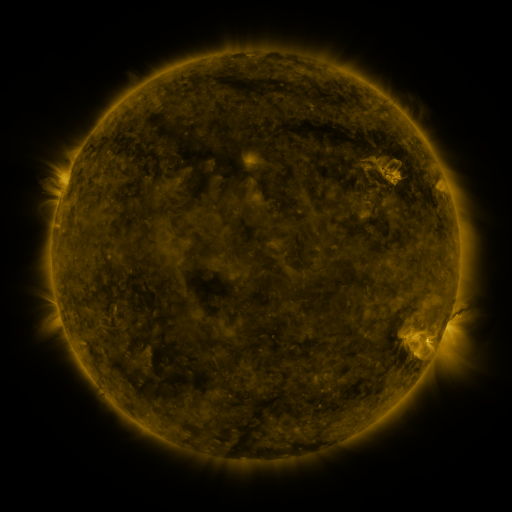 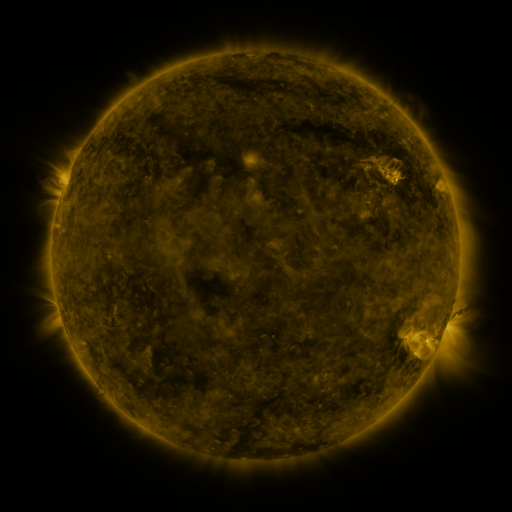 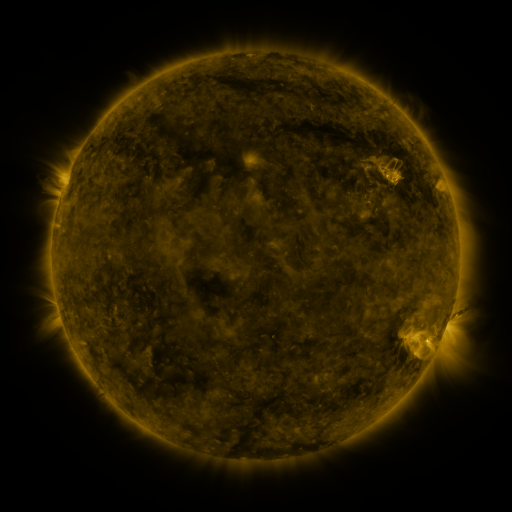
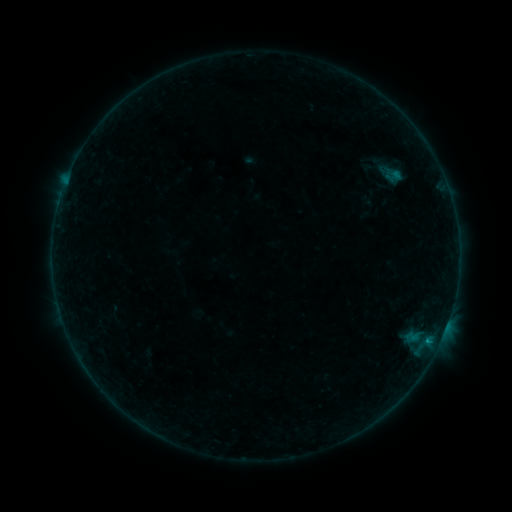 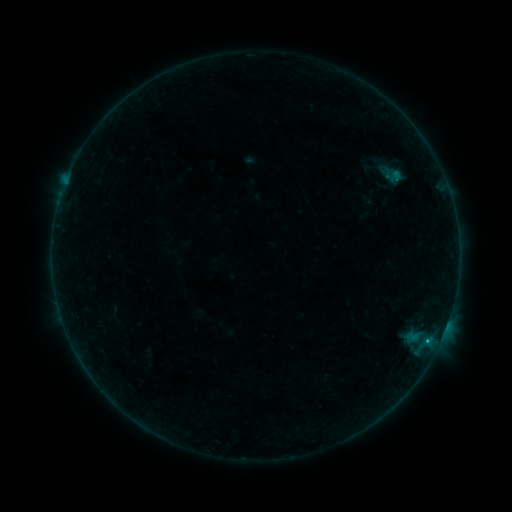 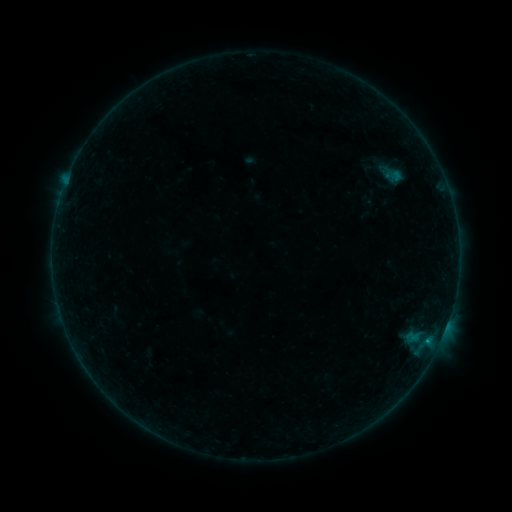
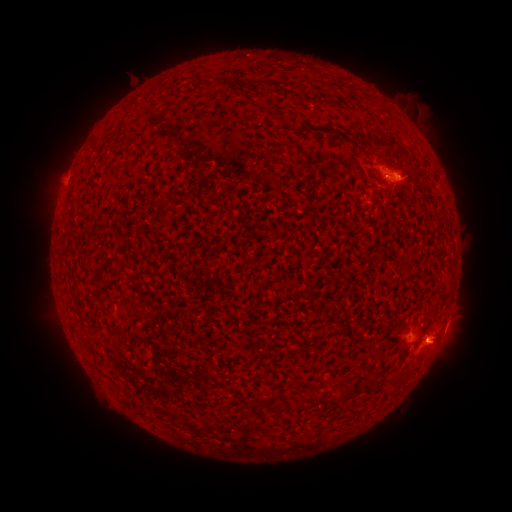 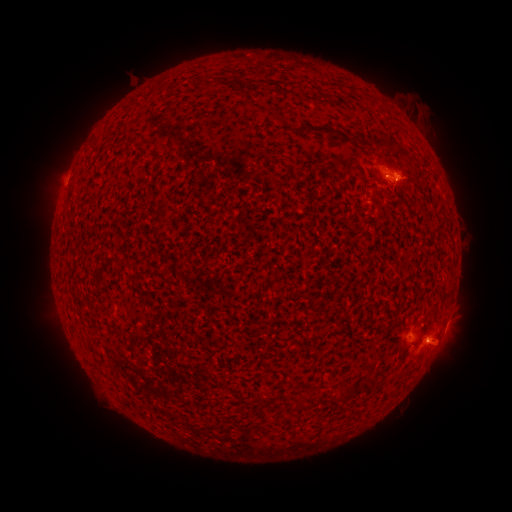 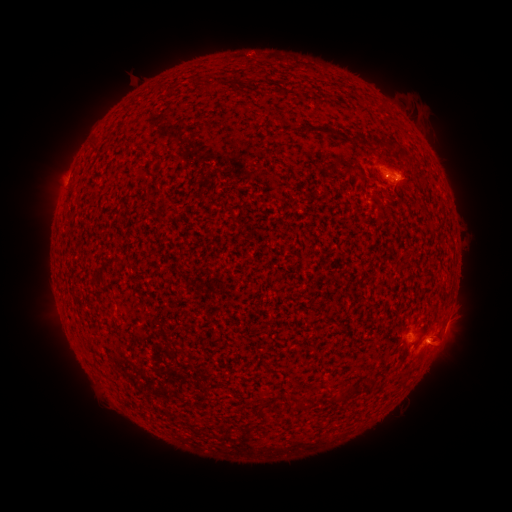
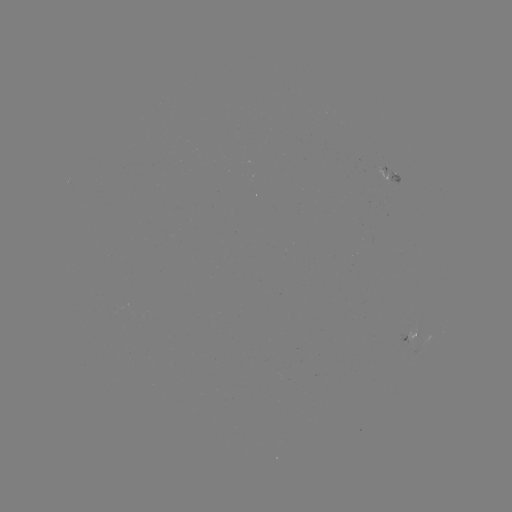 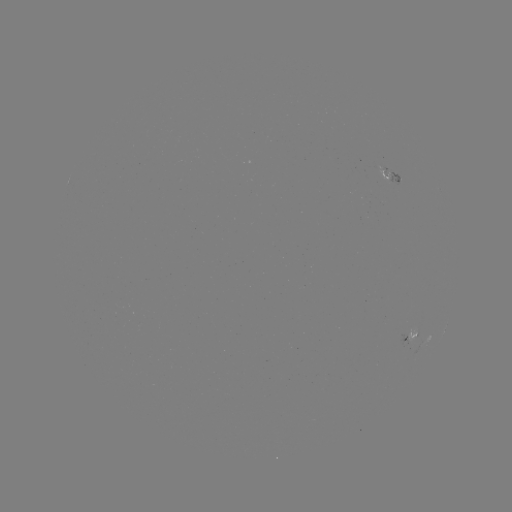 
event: flare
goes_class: B3.8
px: (427, 339)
